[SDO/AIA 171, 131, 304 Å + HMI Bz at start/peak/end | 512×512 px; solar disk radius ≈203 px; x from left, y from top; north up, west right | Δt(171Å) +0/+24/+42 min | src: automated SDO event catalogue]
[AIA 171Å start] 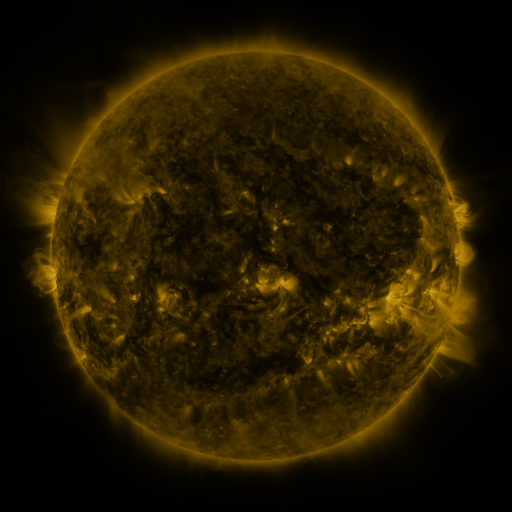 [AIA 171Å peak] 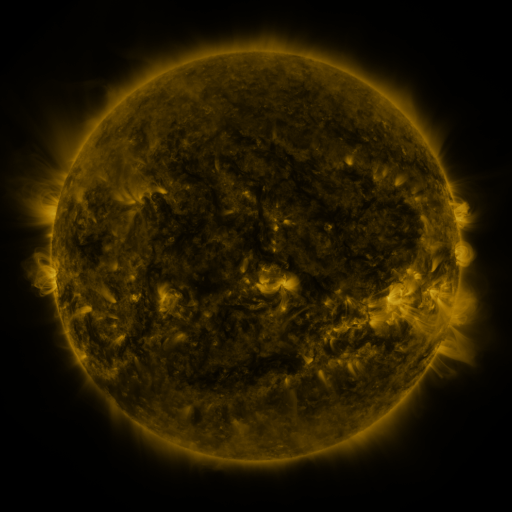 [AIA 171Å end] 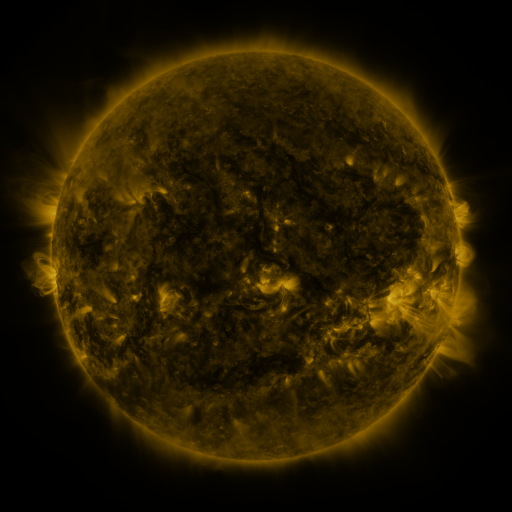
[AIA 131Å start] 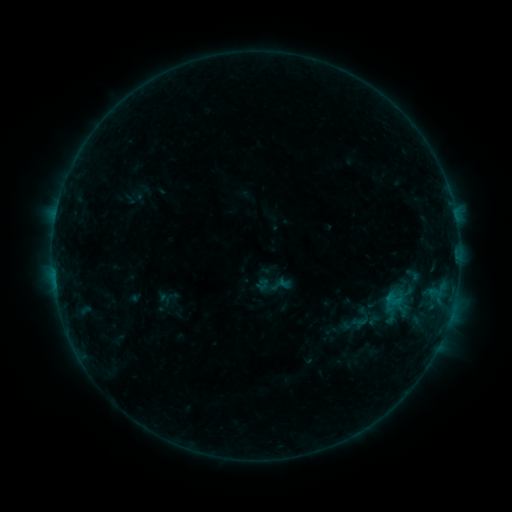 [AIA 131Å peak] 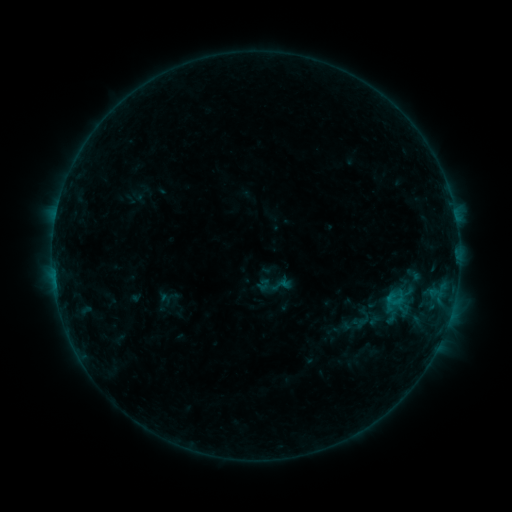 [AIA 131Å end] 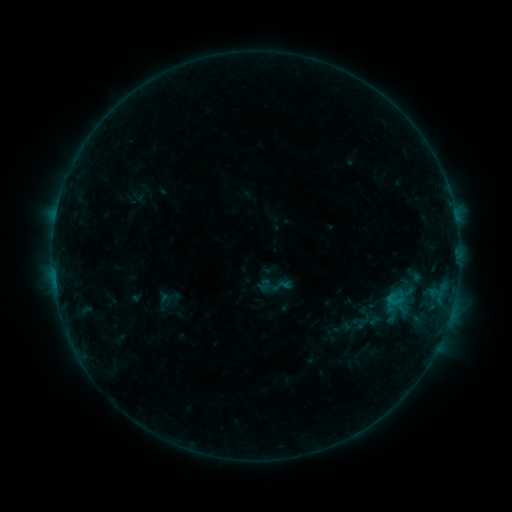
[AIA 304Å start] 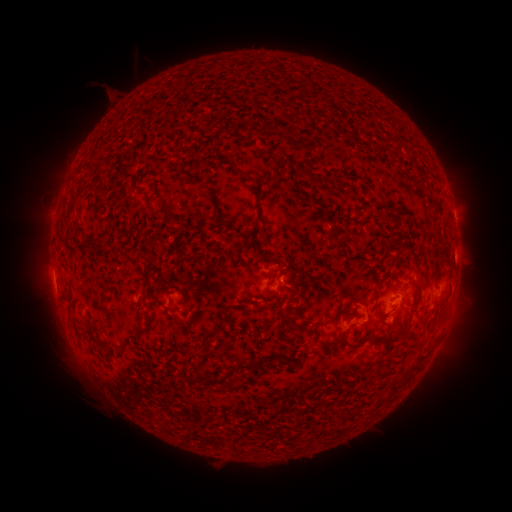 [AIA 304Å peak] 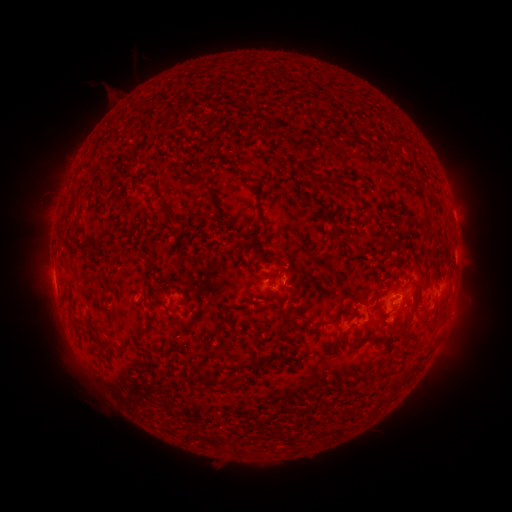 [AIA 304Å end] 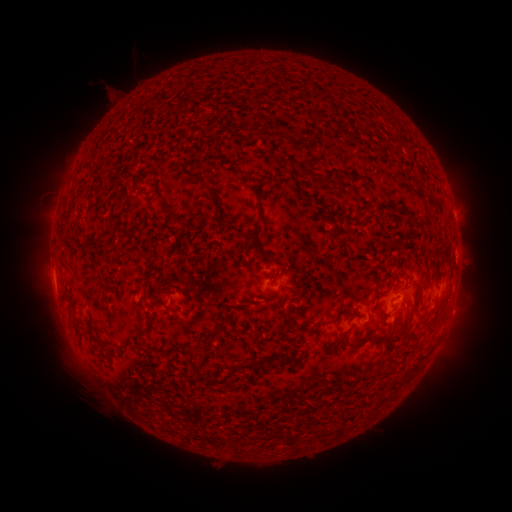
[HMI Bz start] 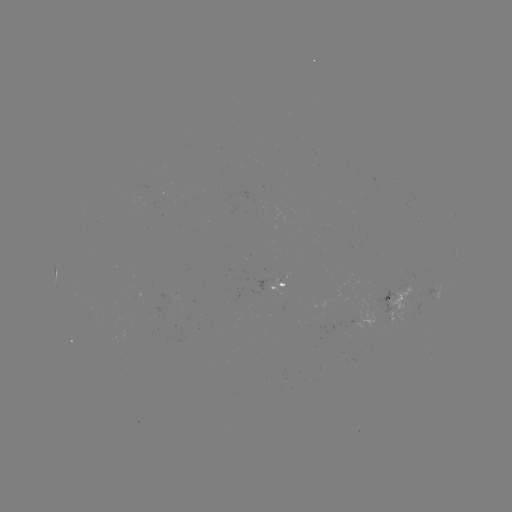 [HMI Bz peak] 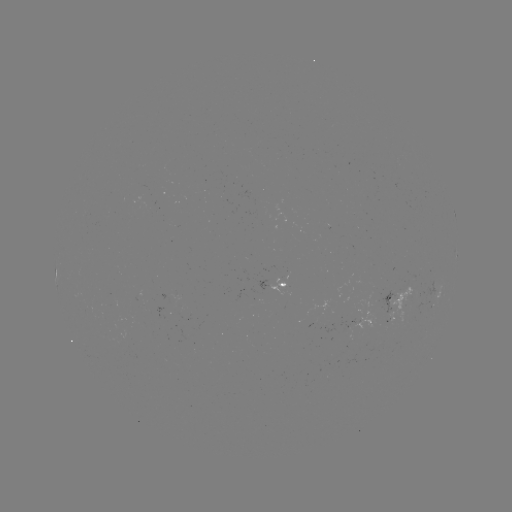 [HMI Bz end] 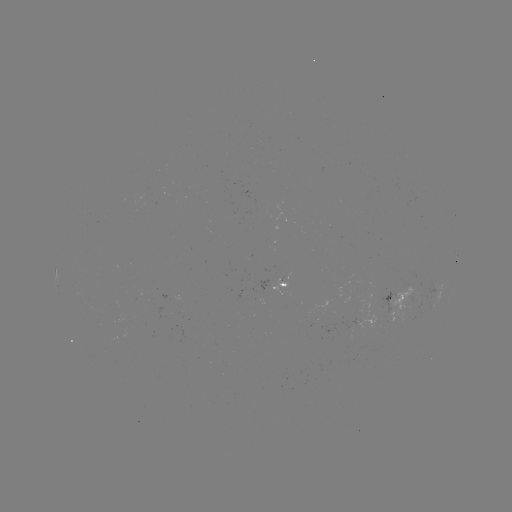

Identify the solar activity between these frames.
no flare in any classed list; no EUV-trigger detection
